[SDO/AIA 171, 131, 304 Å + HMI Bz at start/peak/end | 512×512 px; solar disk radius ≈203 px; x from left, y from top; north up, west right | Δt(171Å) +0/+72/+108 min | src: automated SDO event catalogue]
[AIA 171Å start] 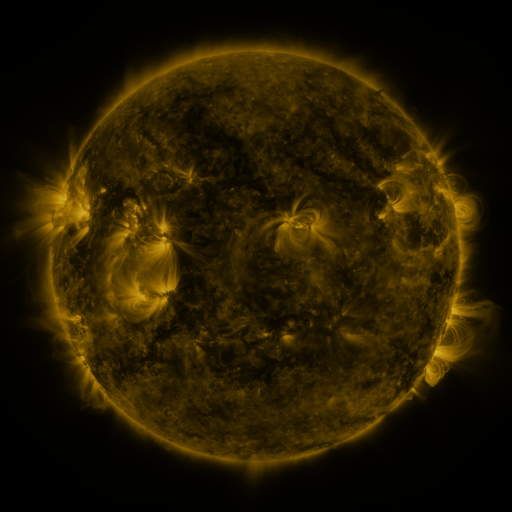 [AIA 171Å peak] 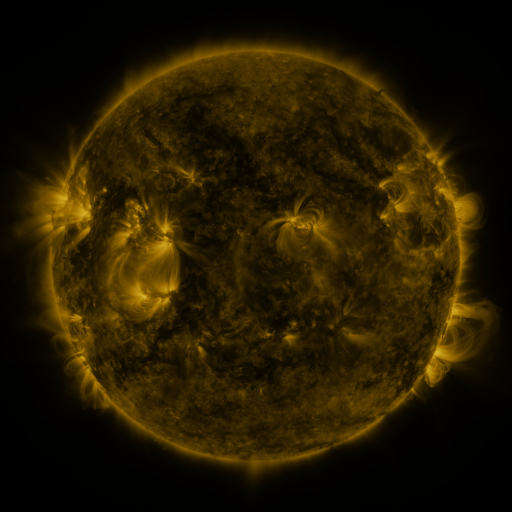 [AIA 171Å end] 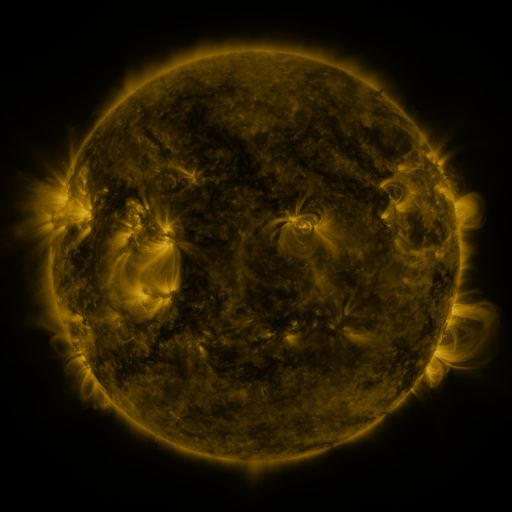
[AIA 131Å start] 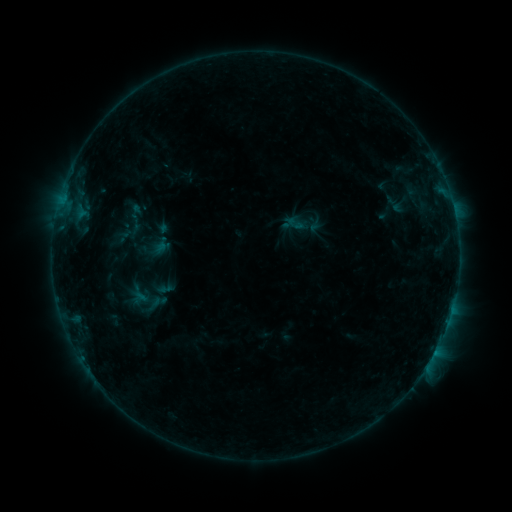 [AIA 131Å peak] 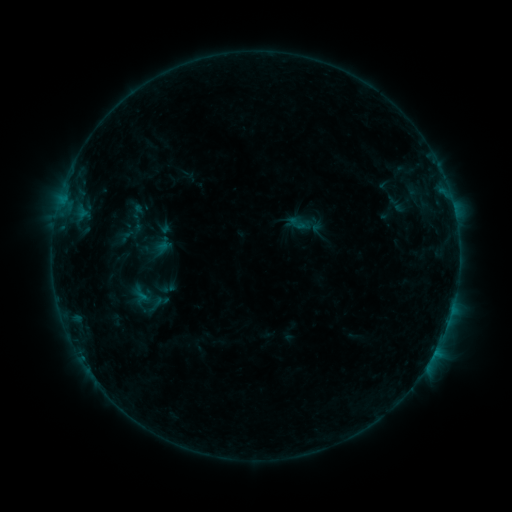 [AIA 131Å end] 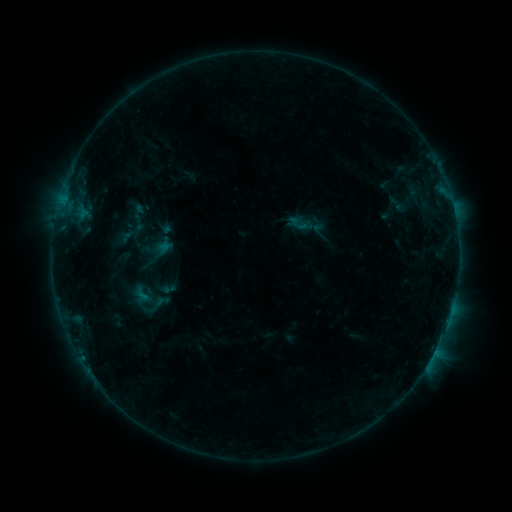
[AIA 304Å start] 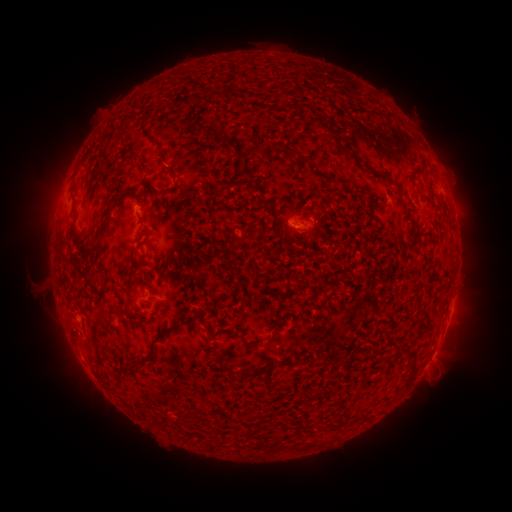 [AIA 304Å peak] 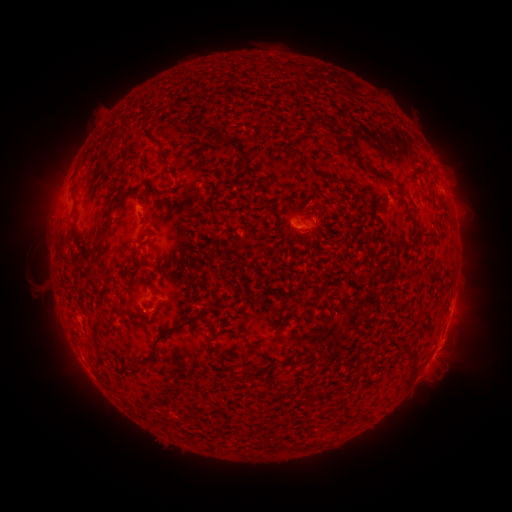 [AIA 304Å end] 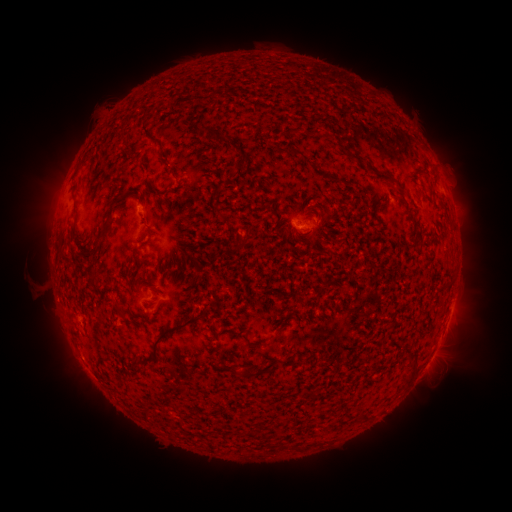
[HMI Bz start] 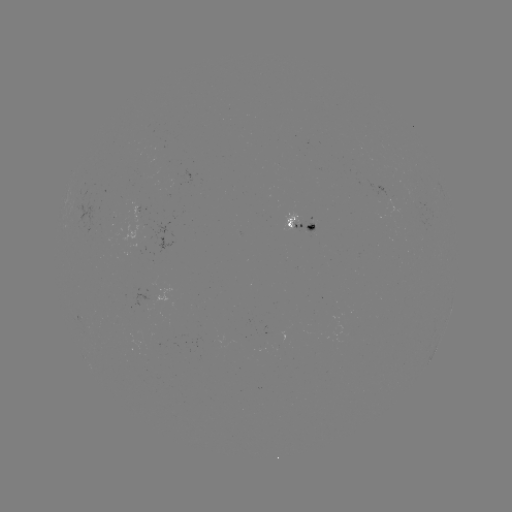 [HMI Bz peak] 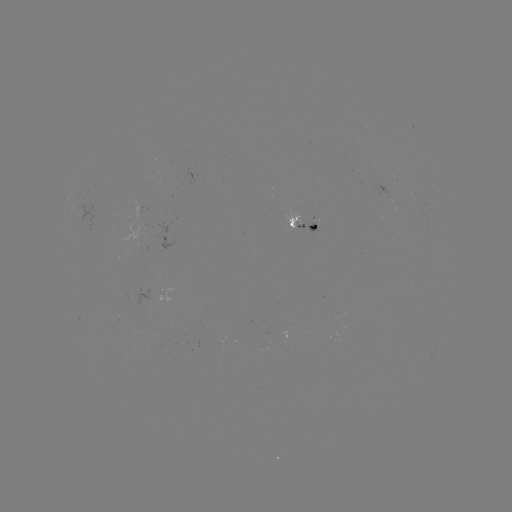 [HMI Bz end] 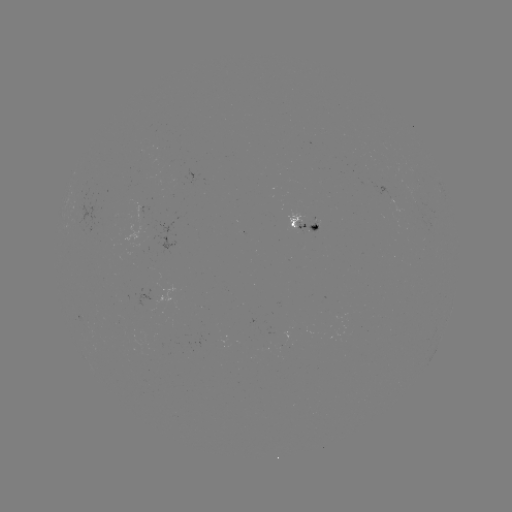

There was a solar emerging-flux region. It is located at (312, 223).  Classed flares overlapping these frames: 1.